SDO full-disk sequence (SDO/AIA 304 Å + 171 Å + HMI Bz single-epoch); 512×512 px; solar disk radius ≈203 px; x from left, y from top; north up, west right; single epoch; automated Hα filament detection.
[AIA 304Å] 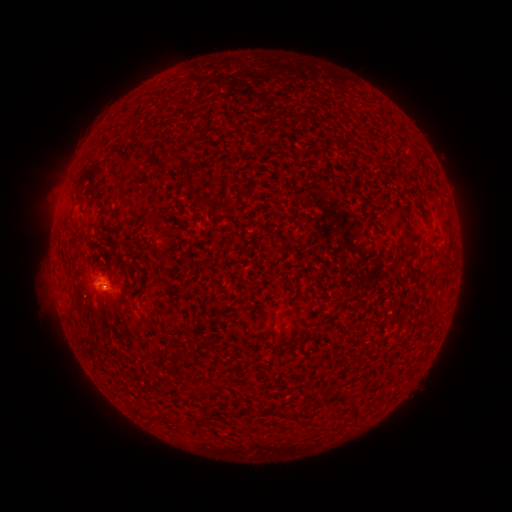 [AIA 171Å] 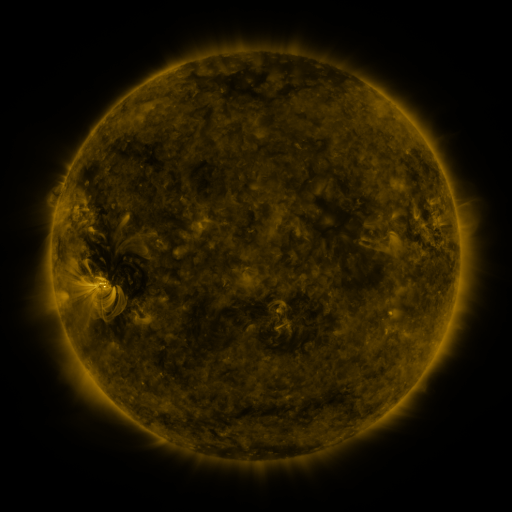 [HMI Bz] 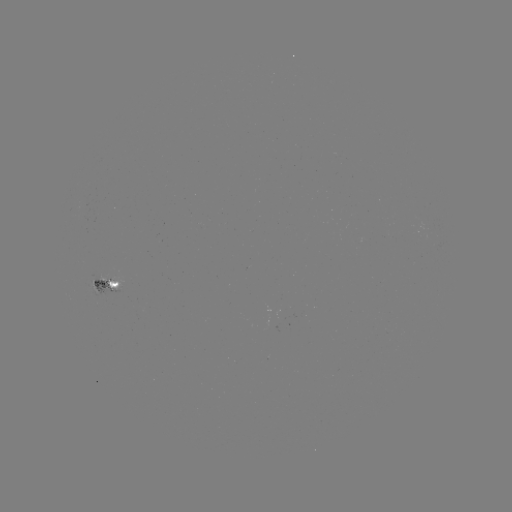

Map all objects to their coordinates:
filament: (420, 166)
filament: (181, 189)
filament: (96, 263)
